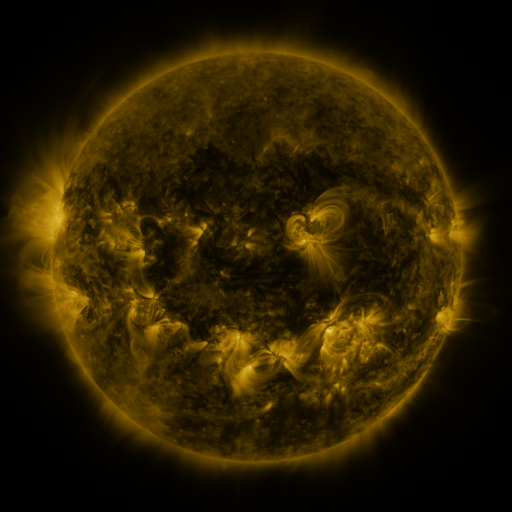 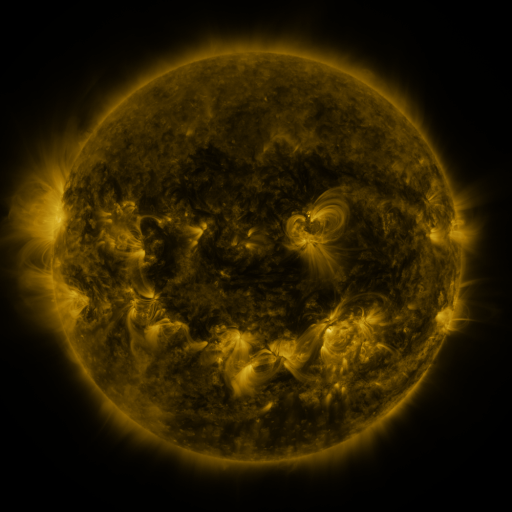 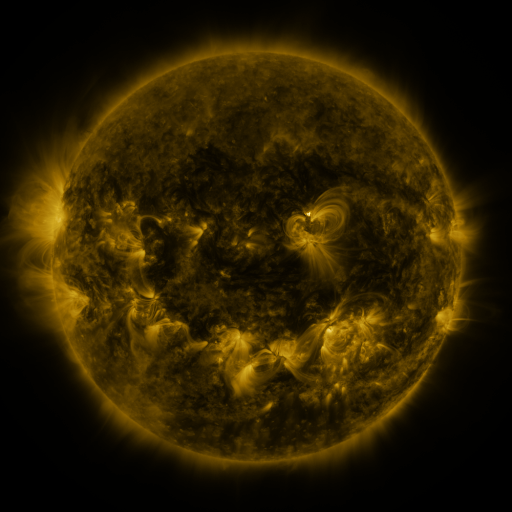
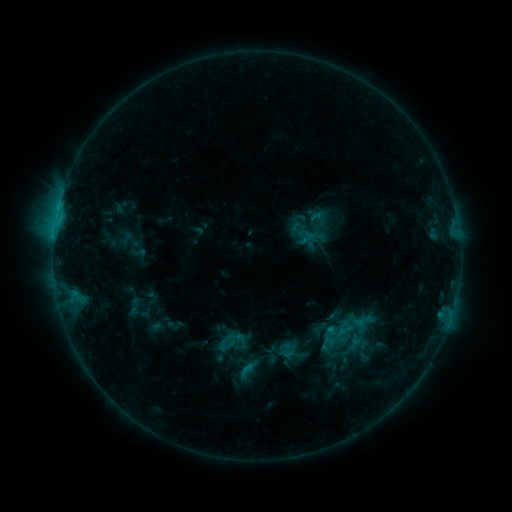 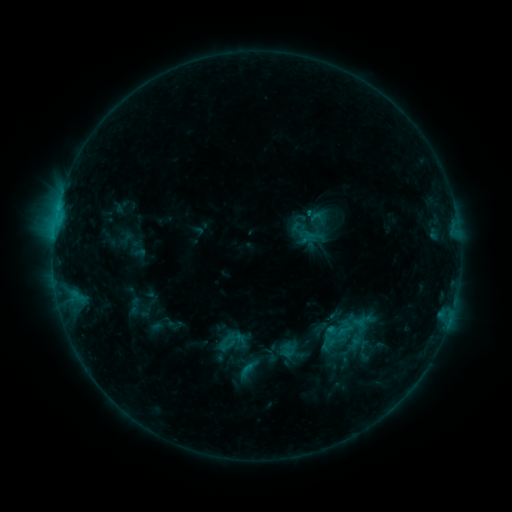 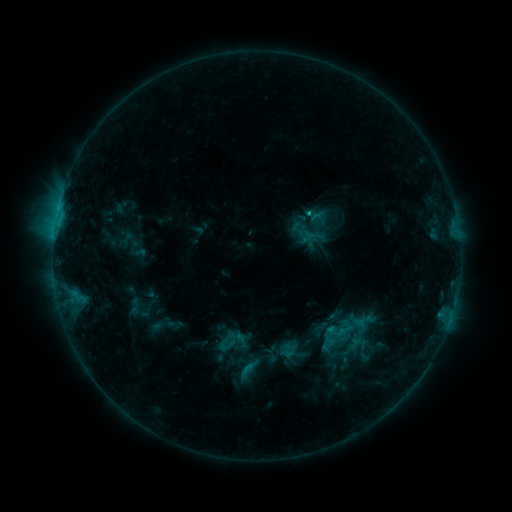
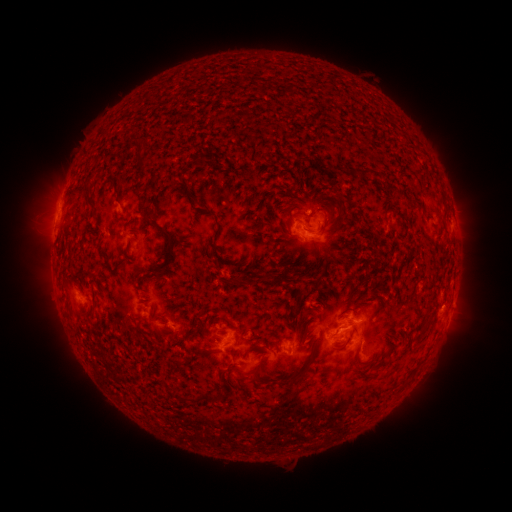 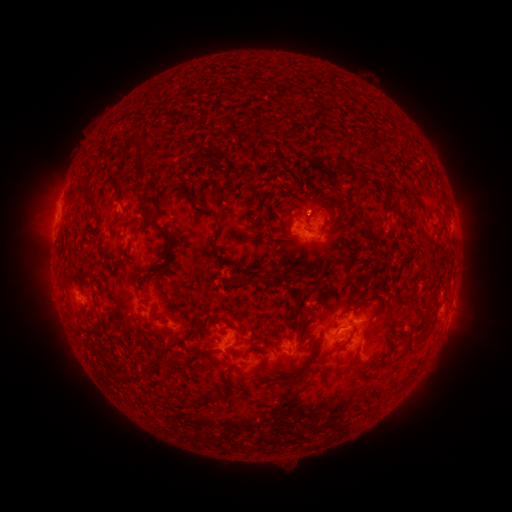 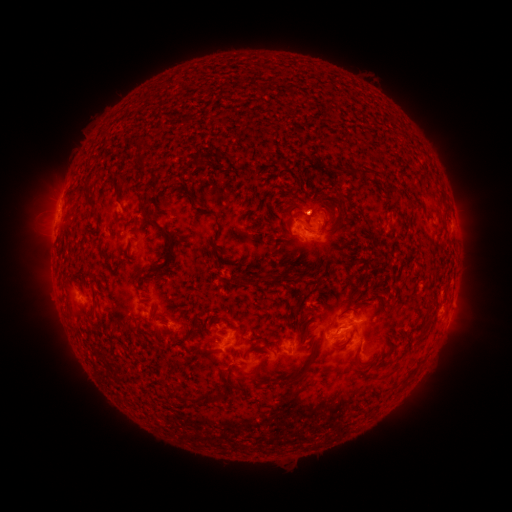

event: flare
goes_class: C1.2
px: (306, 217)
